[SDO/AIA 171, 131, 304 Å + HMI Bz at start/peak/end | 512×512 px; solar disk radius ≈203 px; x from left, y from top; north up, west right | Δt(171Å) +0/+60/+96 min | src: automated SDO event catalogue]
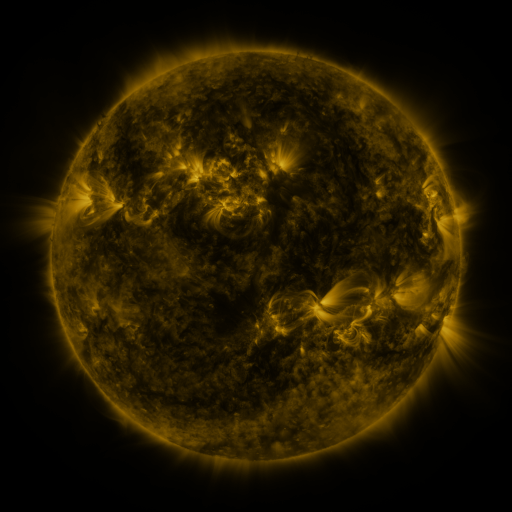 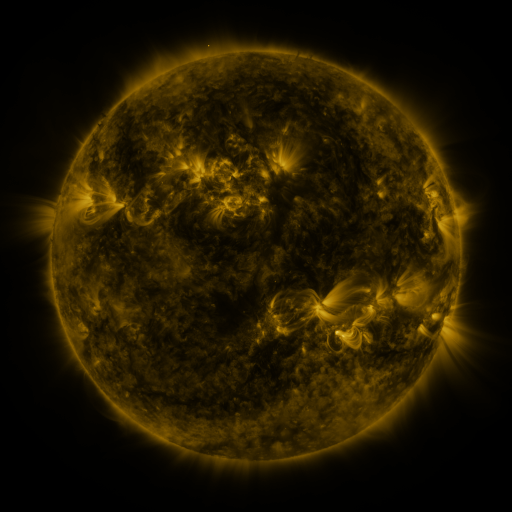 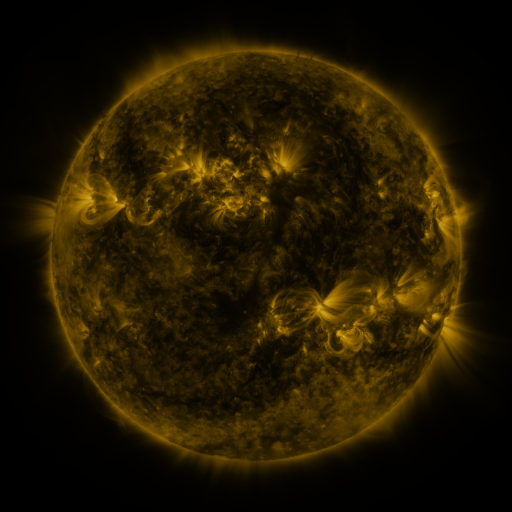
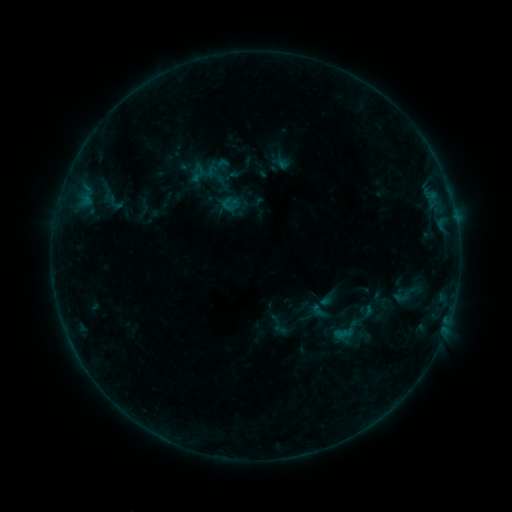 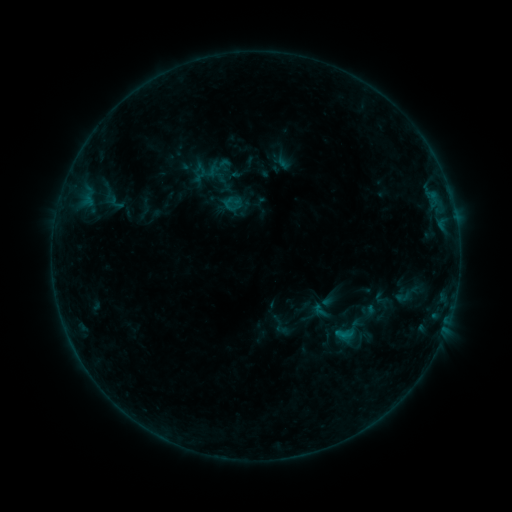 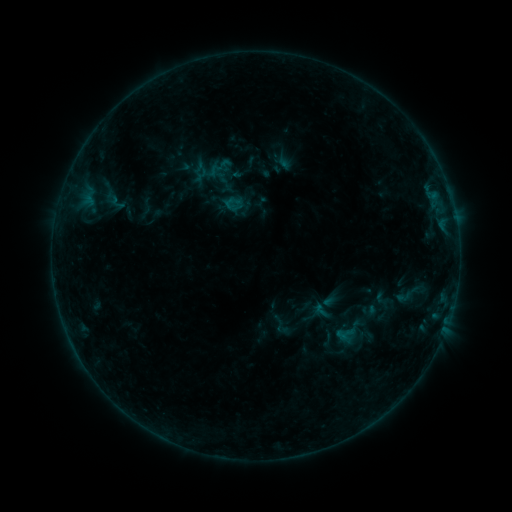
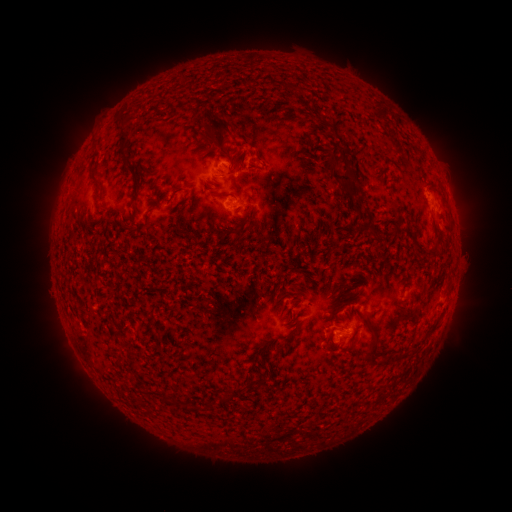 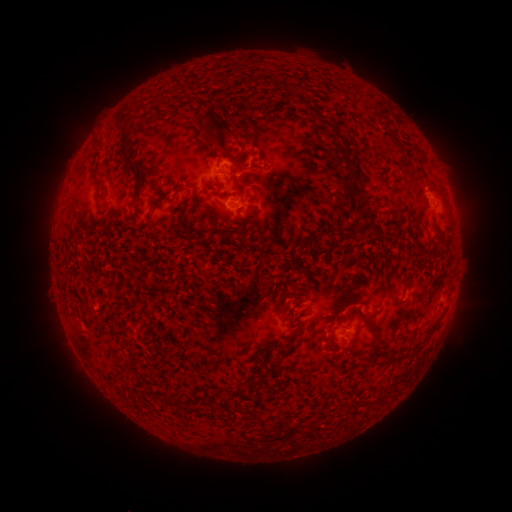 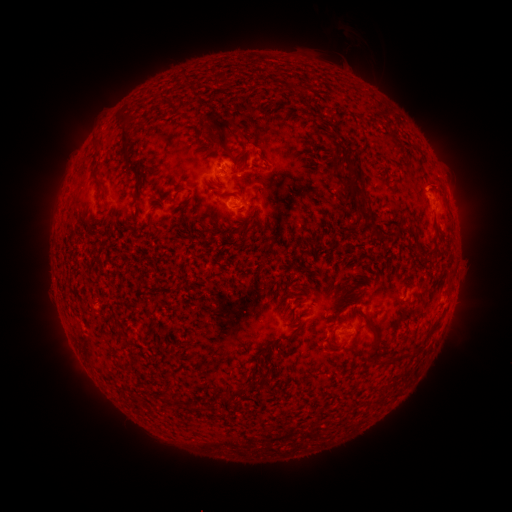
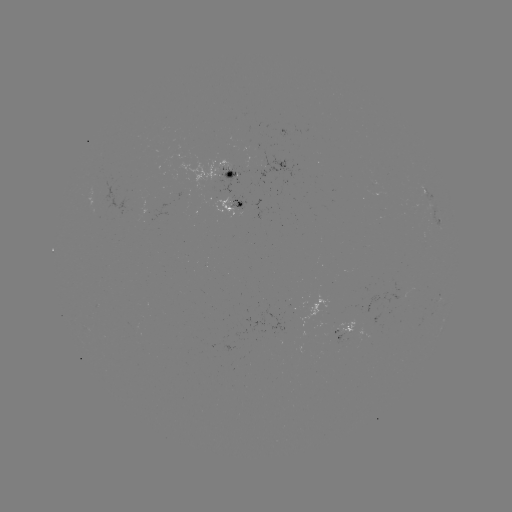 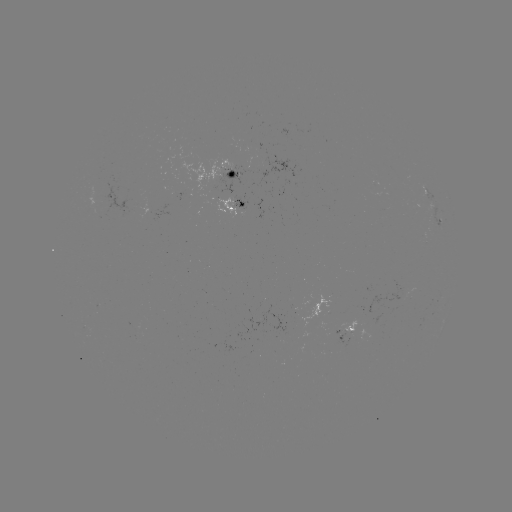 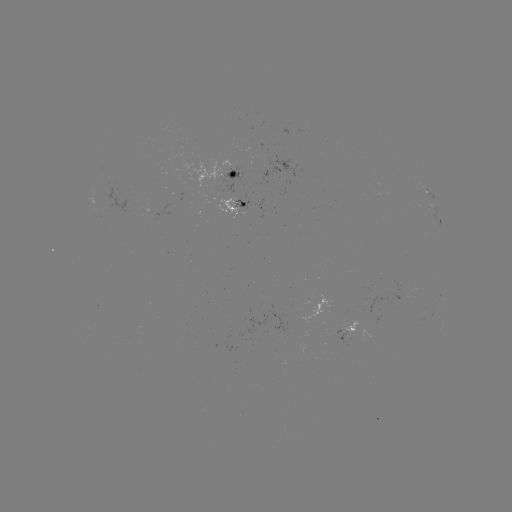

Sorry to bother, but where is emerging-flux region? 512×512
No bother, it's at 105,204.